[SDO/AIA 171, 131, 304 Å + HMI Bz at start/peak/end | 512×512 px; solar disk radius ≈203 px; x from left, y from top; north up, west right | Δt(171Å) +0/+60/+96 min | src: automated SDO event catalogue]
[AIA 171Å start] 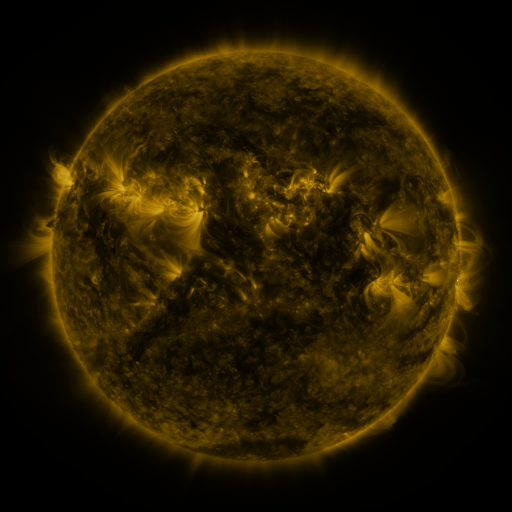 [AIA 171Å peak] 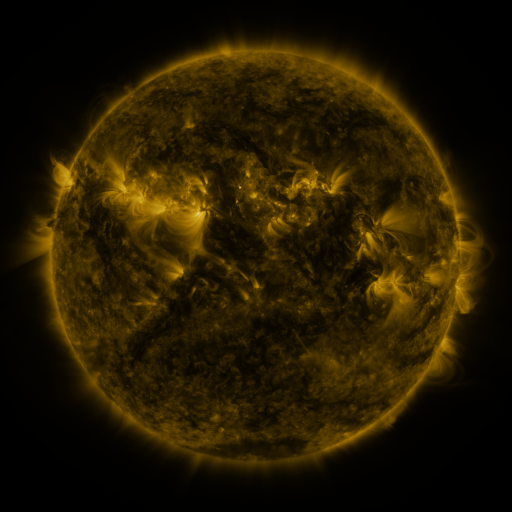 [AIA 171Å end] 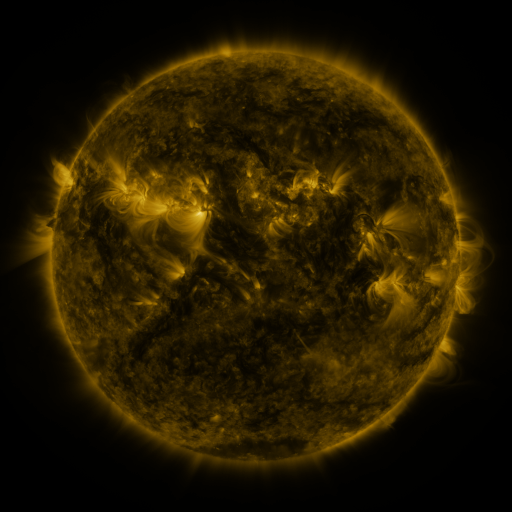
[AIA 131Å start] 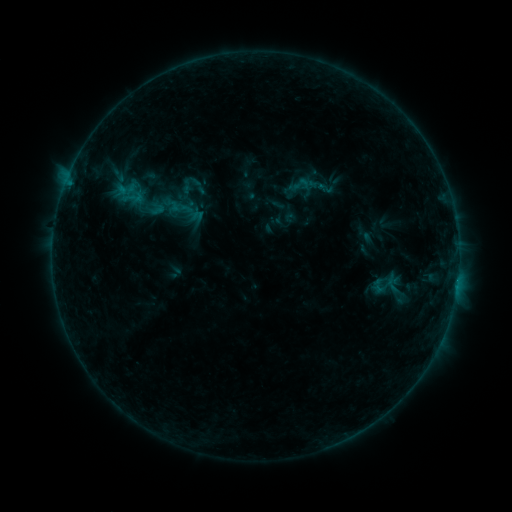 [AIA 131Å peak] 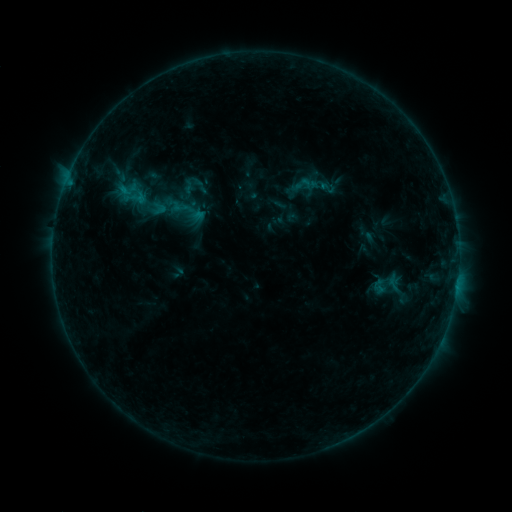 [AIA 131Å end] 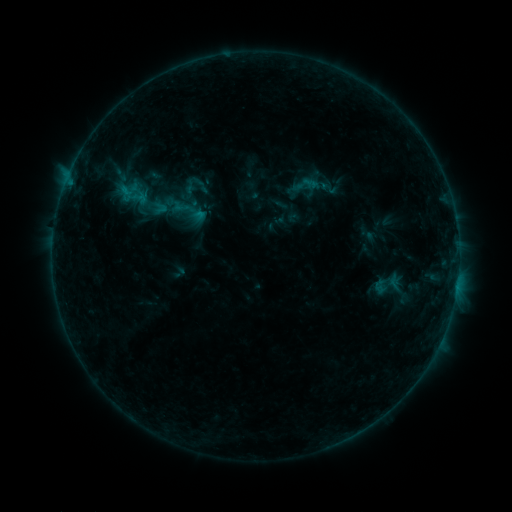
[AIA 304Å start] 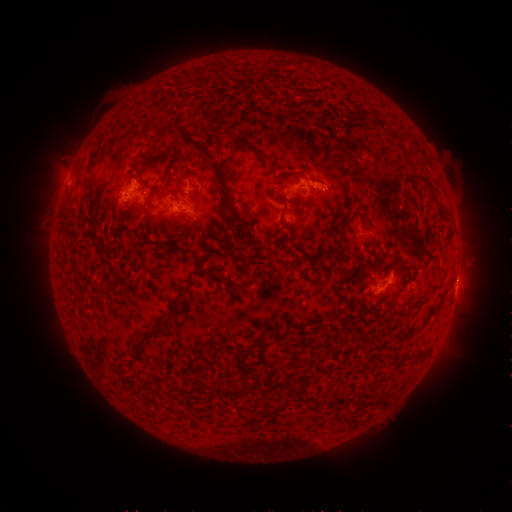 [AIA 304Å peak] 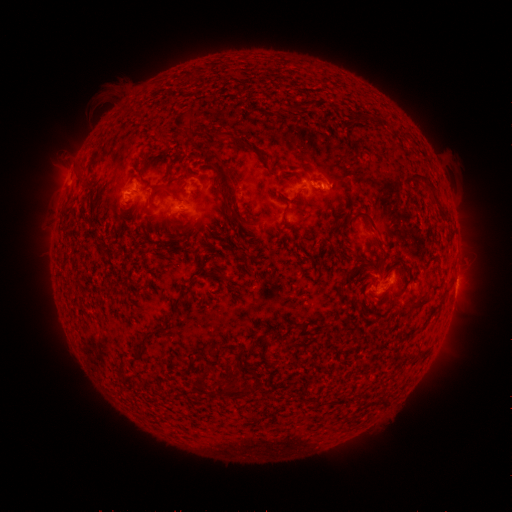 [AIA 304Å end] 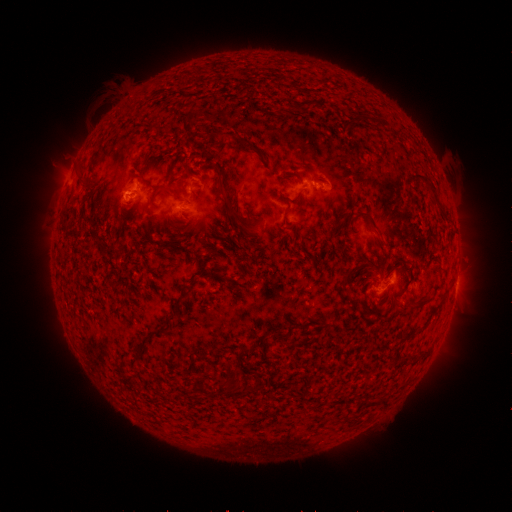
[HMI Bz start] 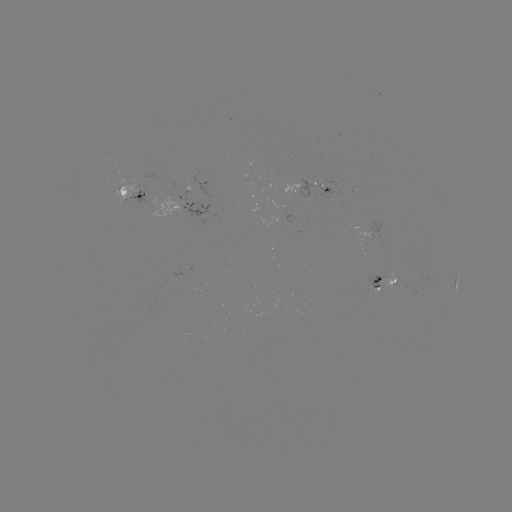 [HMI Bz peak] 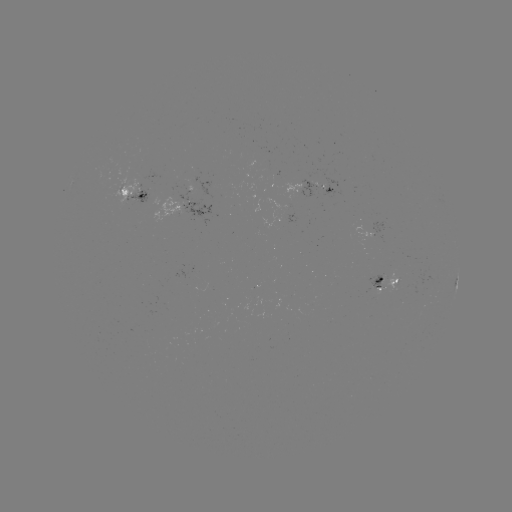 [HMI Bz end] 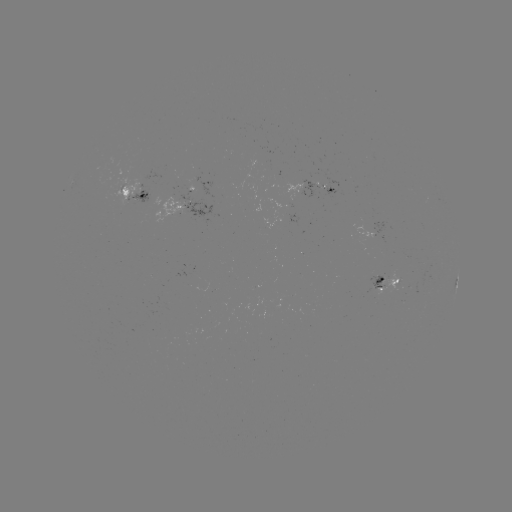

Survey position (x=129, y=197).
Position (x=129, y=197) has emerging-flux region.